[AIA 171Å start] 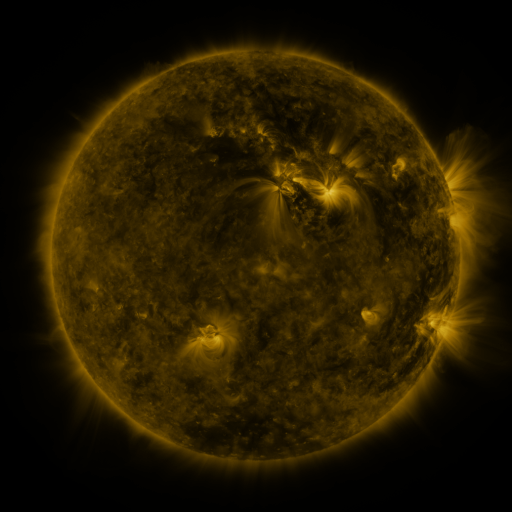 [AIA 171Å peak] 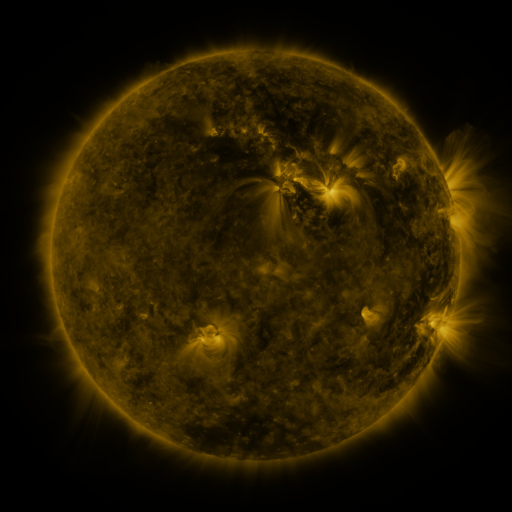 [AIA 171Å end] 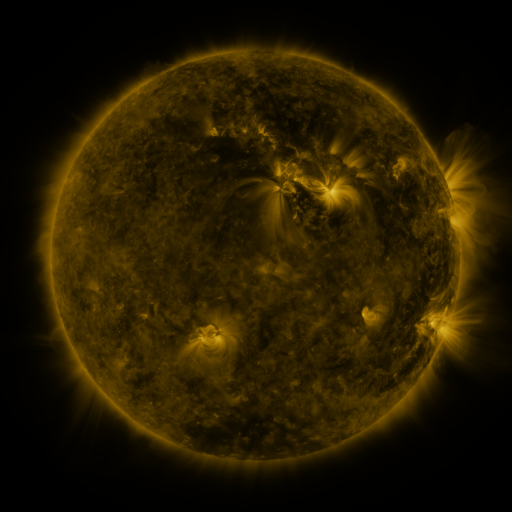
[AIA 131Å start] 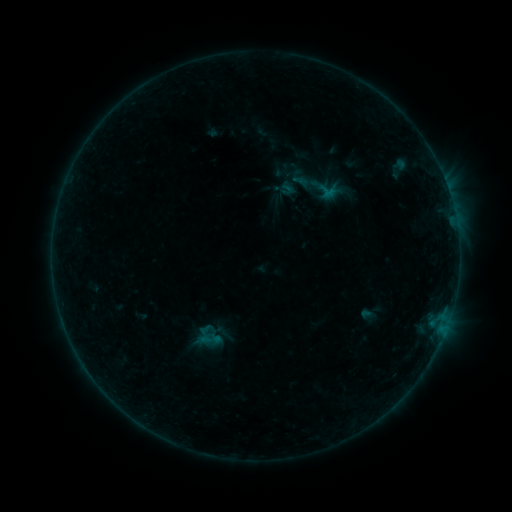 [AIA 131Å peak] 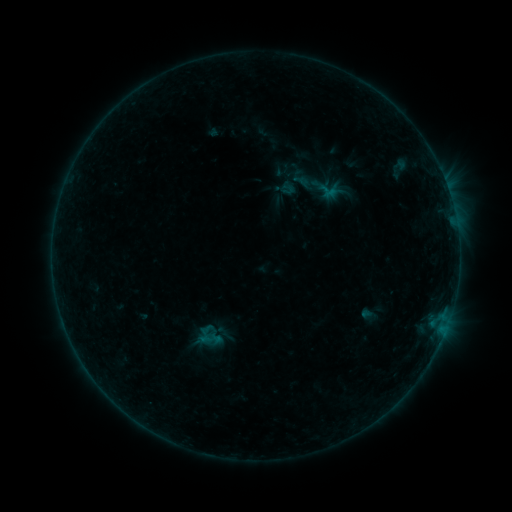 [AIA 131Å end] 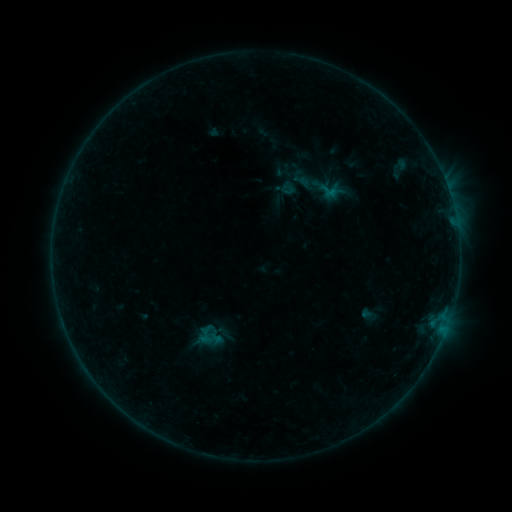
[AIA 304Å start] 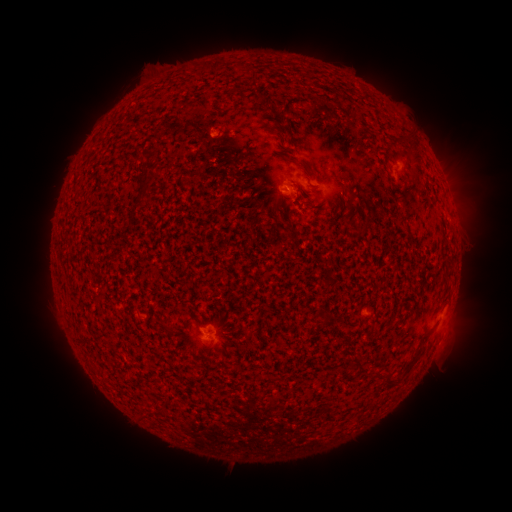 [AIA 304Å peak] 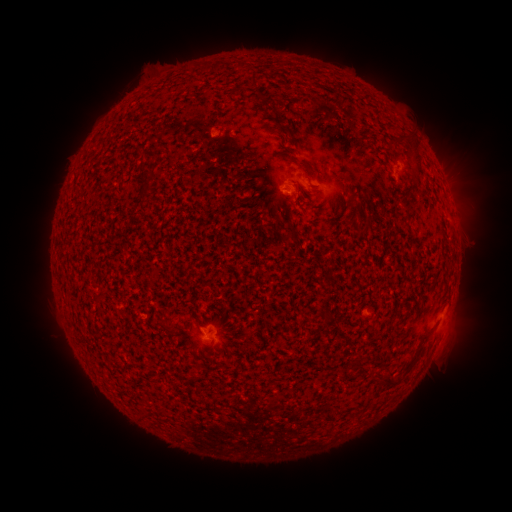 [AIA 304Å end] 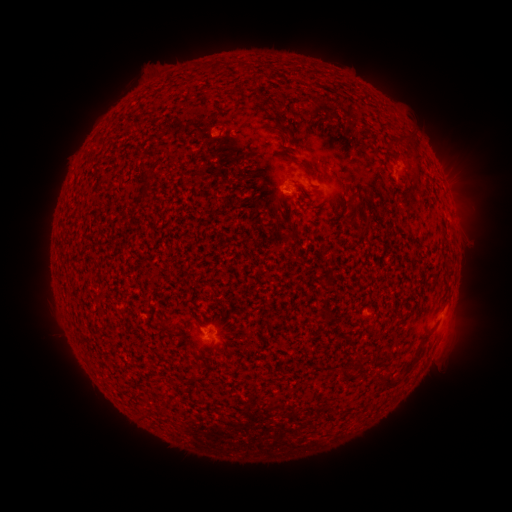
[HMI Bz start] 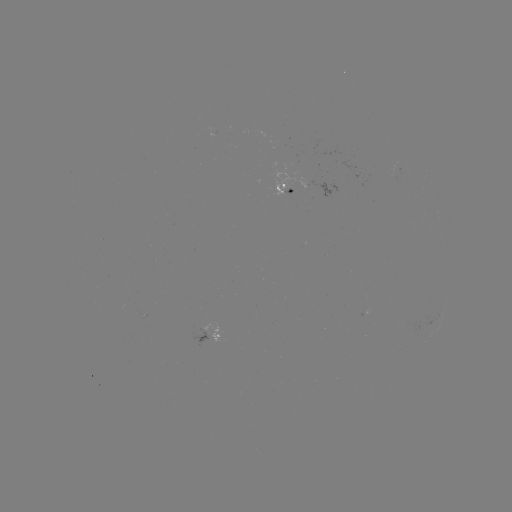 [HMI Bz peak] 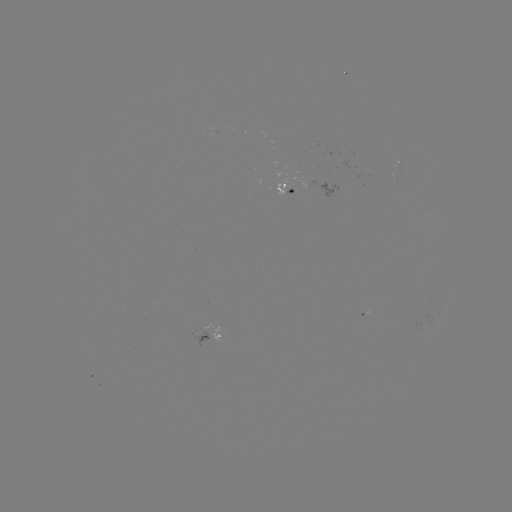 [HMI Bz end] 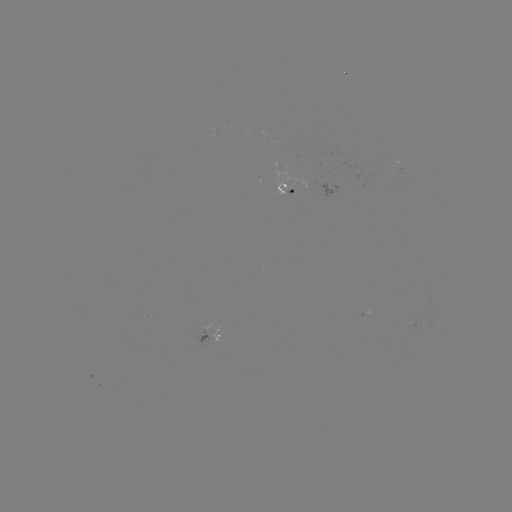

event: emerging-flux region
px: (282, 191)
